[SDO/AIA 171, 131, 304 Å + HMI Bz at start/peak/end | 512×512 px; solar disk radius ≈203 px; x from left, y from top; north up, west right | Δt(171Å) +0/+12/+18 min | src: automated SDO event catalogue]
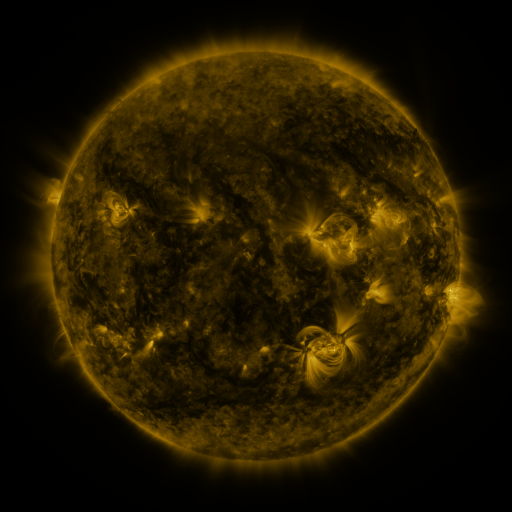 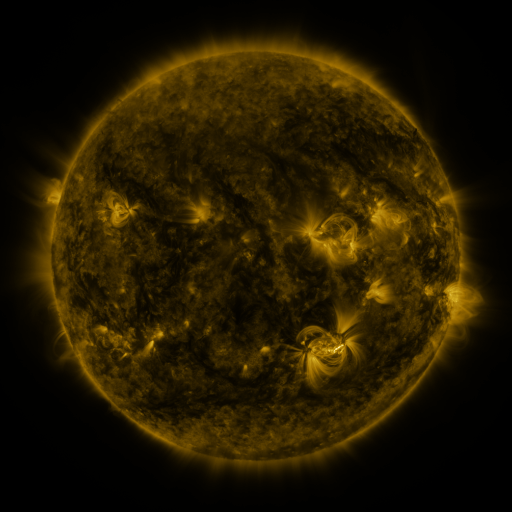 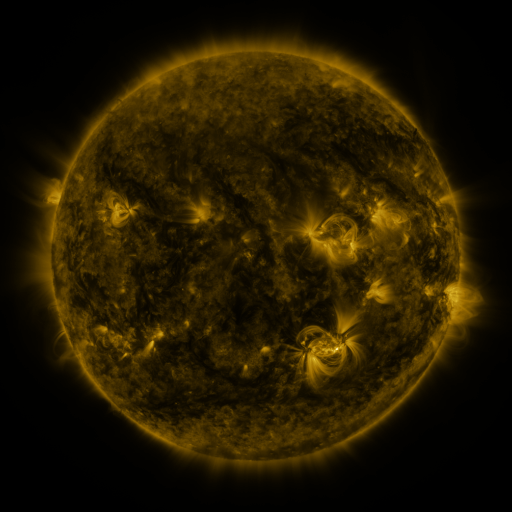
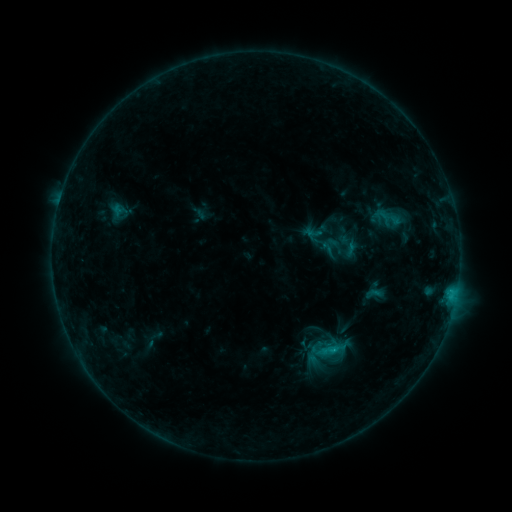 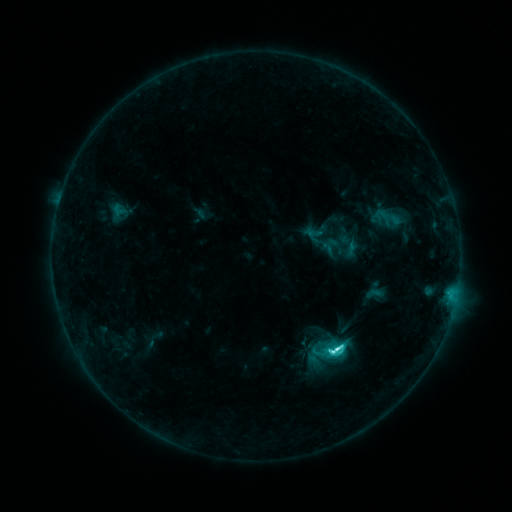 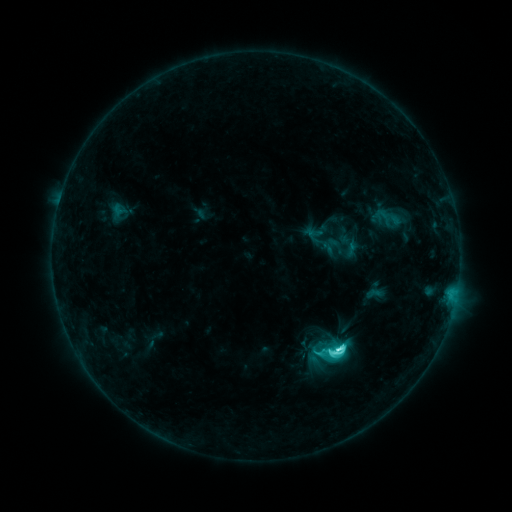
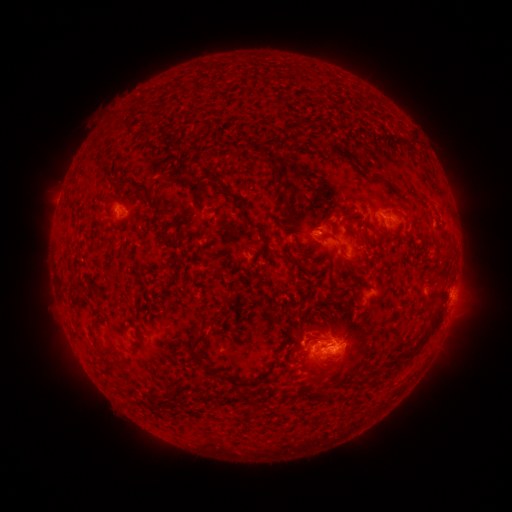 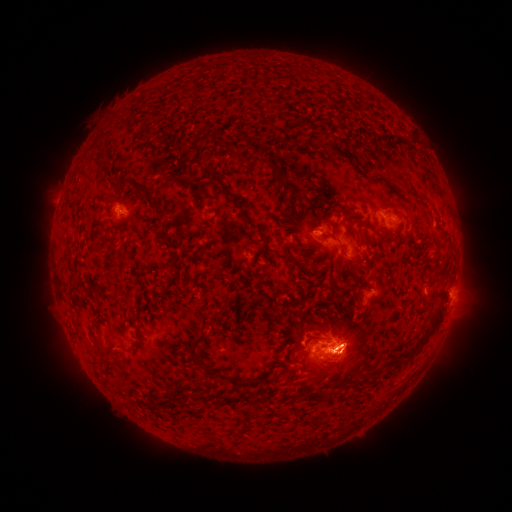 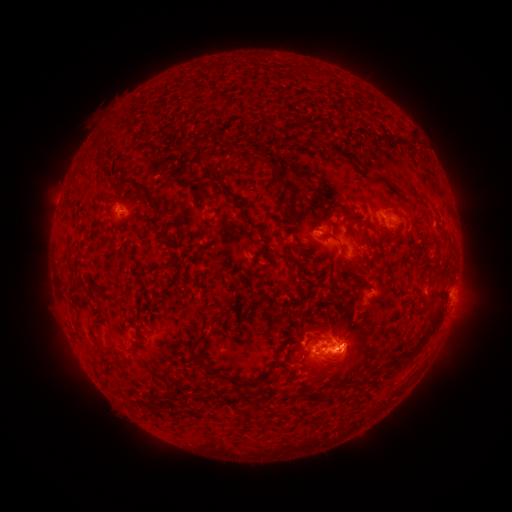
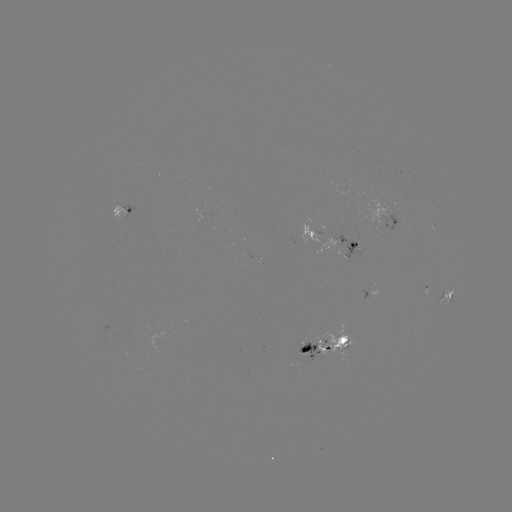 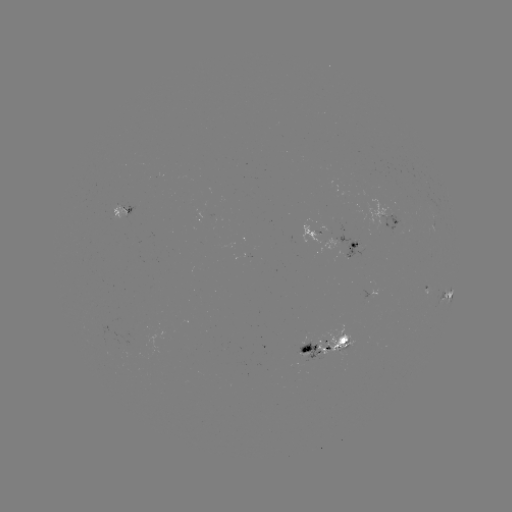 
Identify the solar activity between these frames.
C8.5 flare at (336, 345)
